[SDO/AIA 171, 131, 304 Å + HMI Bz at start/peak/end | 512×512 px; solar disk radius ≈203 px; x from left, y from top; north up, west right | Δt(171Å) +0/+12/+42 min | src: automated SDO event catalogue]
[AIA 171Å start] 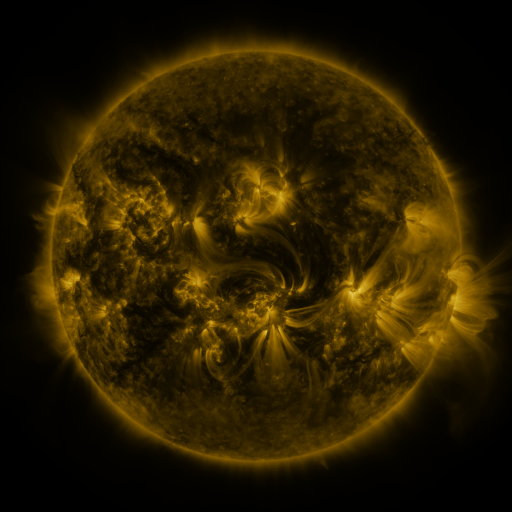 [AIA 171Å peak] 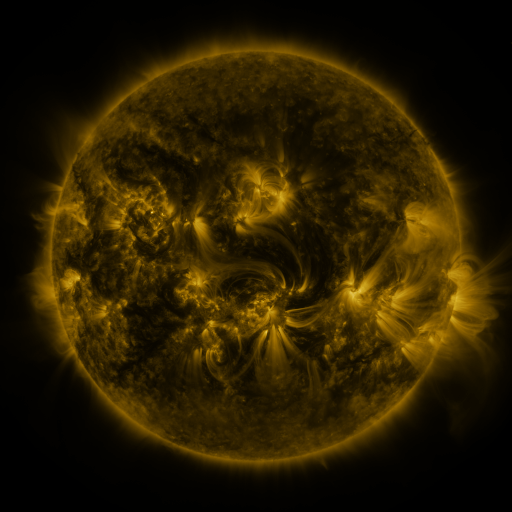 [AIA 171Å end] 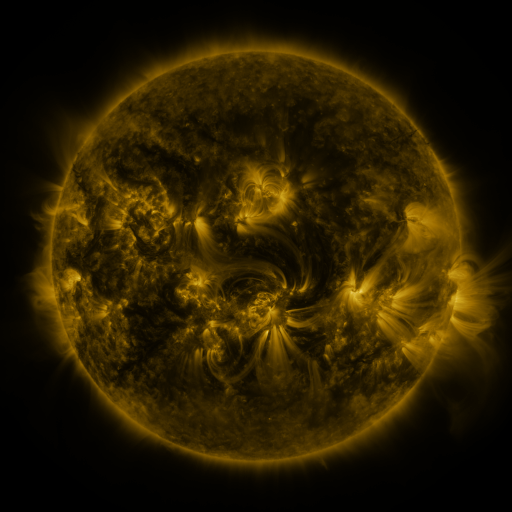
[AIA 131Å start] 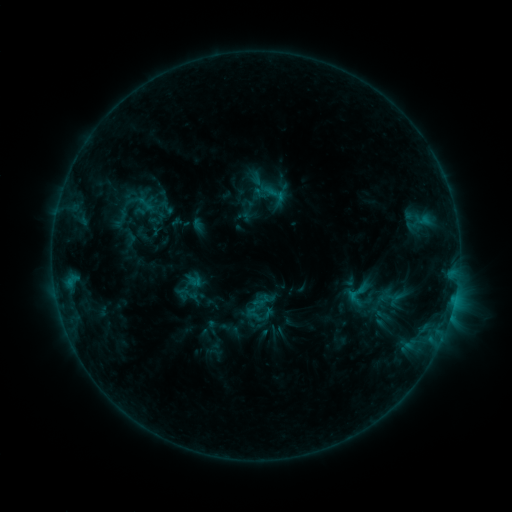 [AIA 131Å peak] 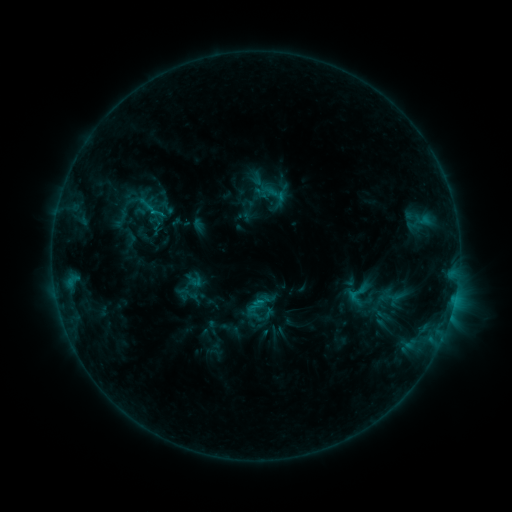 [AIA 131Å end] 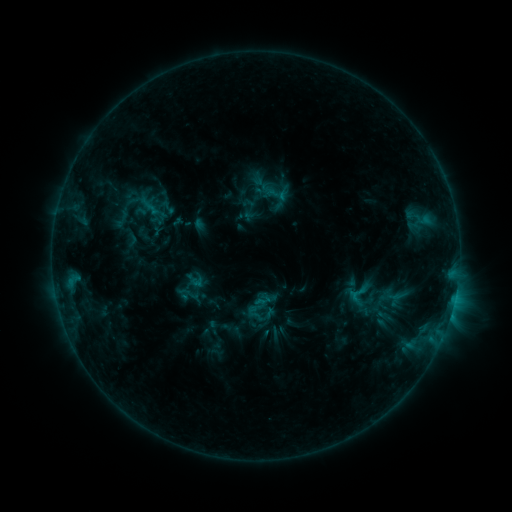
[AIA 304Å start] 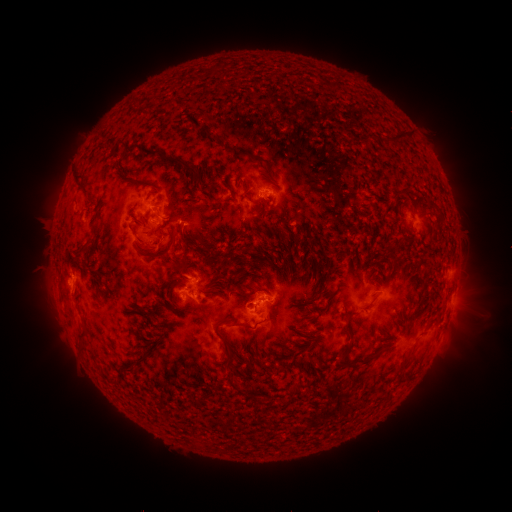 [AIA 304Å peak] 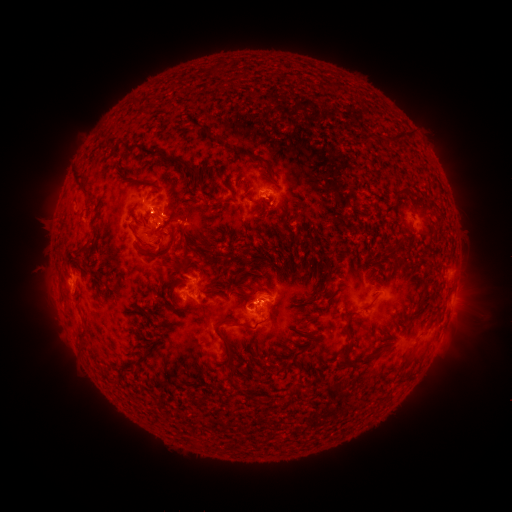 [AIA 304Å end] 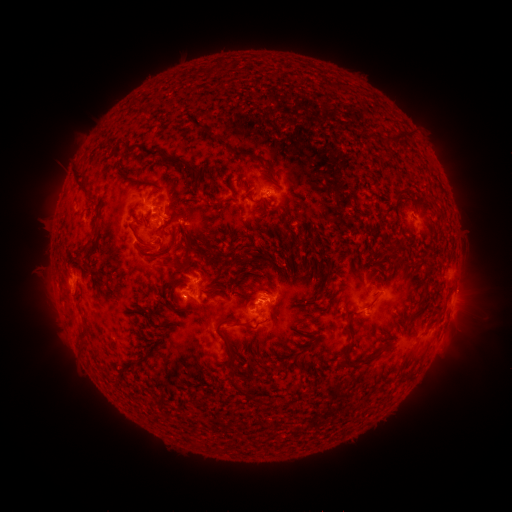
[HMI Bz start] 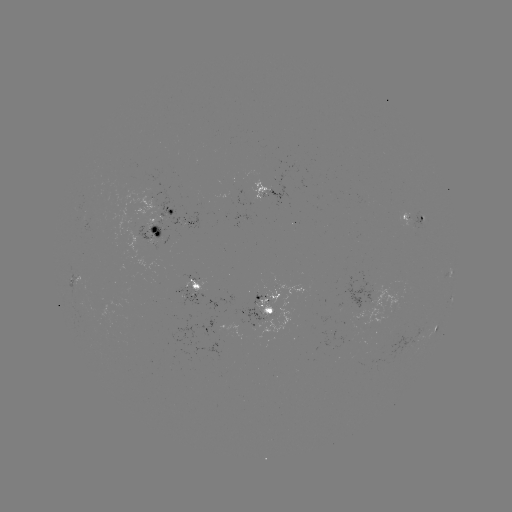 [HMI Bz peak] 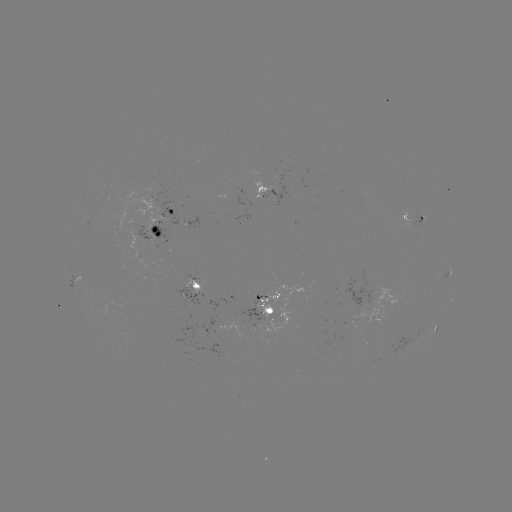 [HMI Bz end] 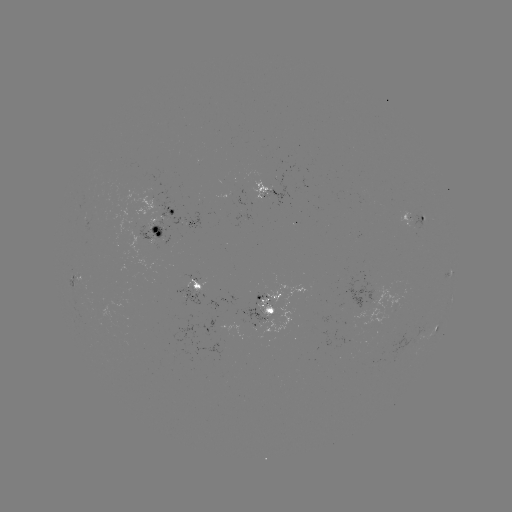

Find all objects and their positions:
C1.2 flare: (155, 214)
